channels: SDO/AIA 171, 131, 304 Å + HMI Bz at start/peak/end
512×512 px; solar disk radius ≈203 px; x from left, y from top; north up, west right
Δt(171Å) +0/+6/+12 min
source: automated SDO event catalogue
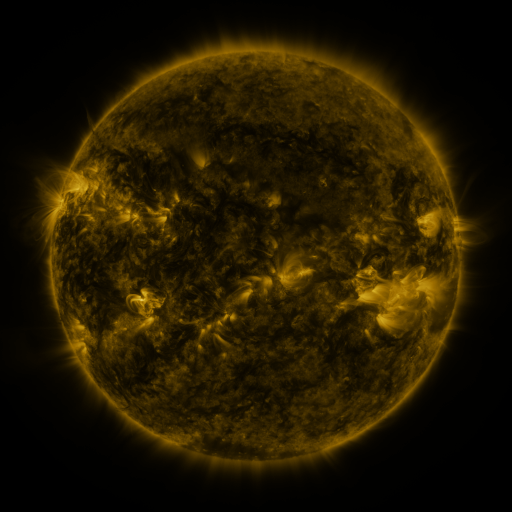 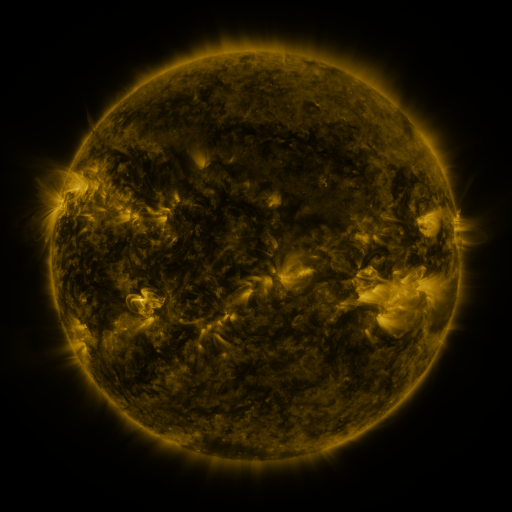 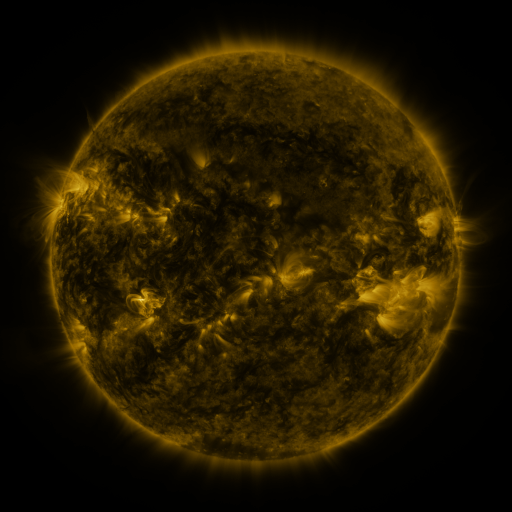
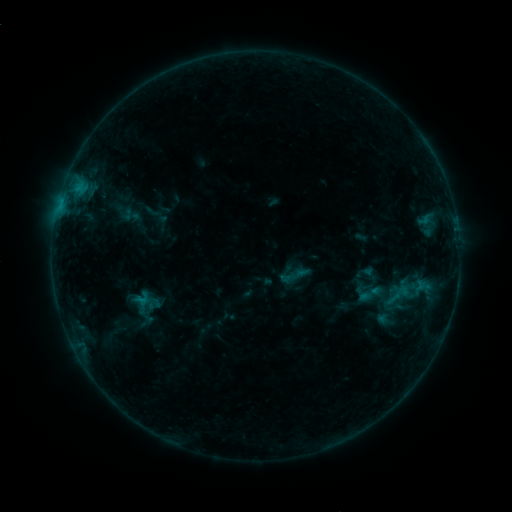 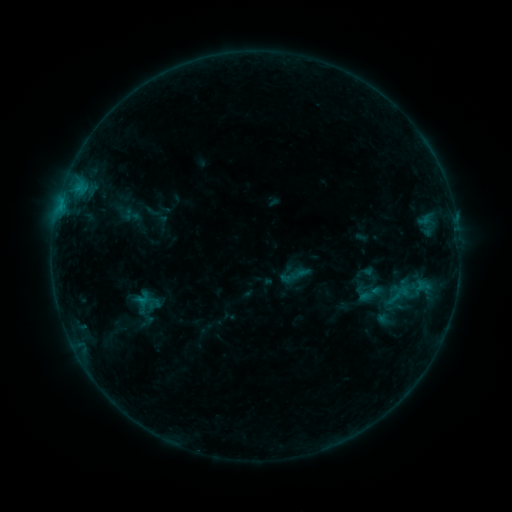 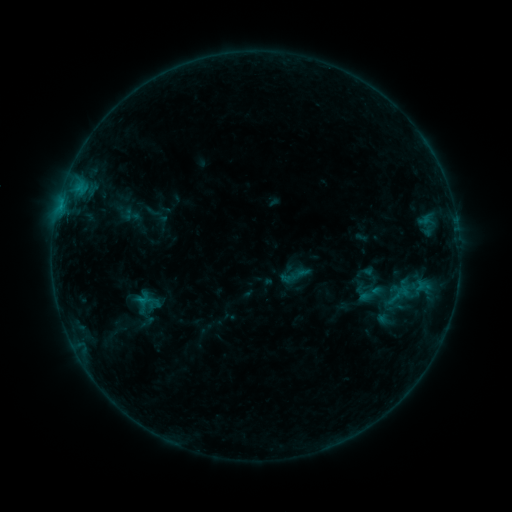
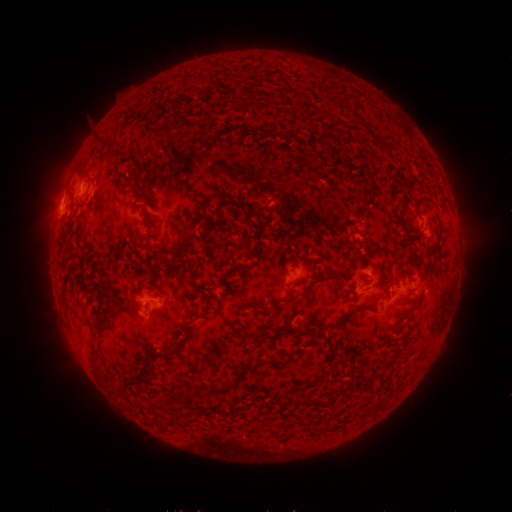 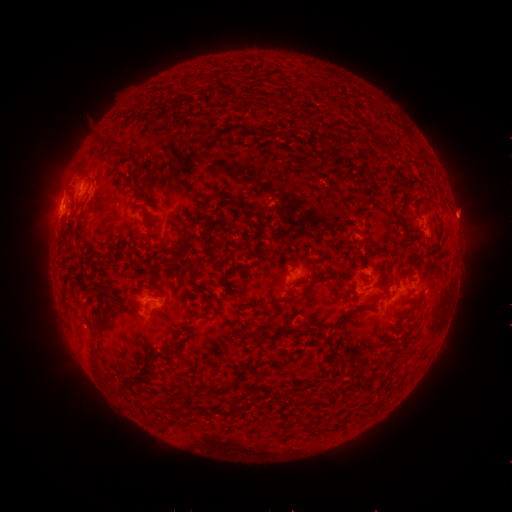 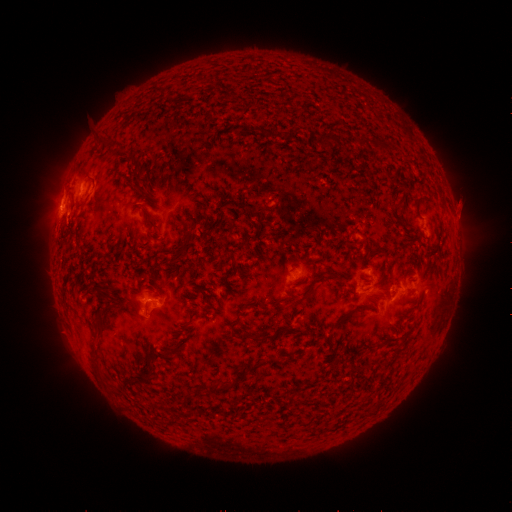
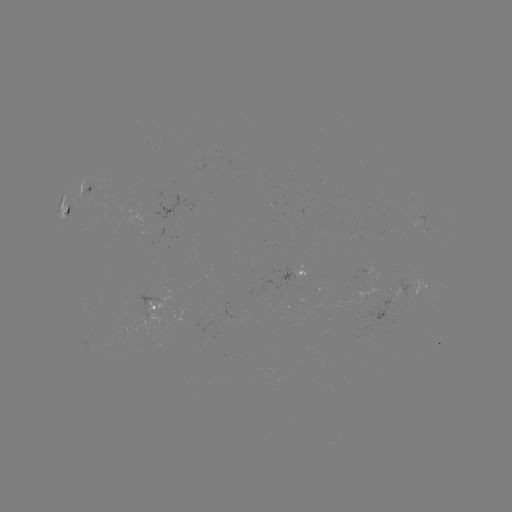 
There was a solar eruption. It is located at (460, 216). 